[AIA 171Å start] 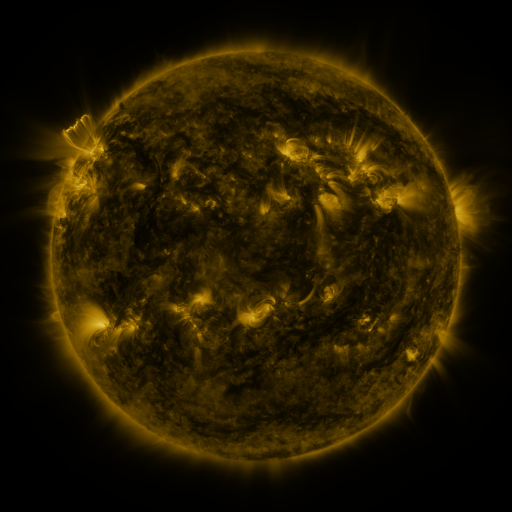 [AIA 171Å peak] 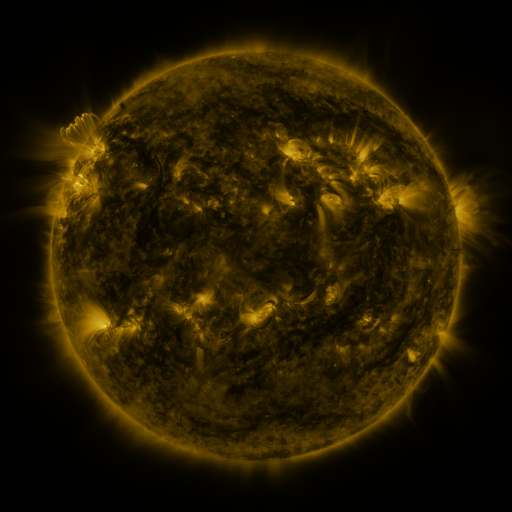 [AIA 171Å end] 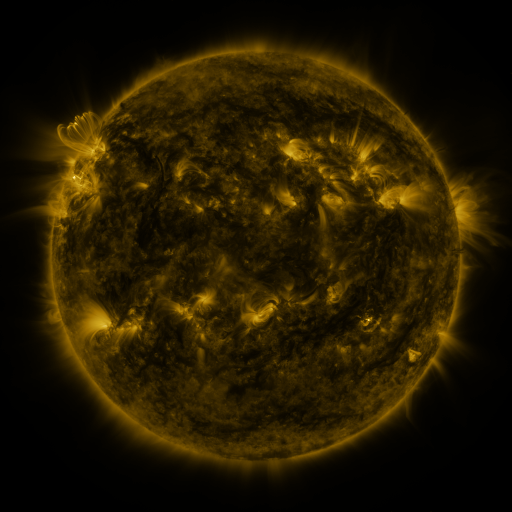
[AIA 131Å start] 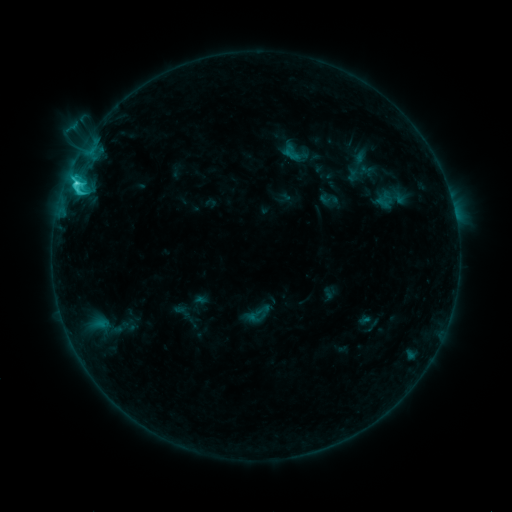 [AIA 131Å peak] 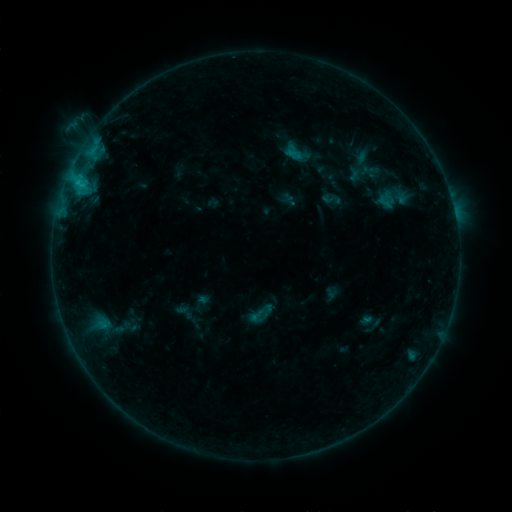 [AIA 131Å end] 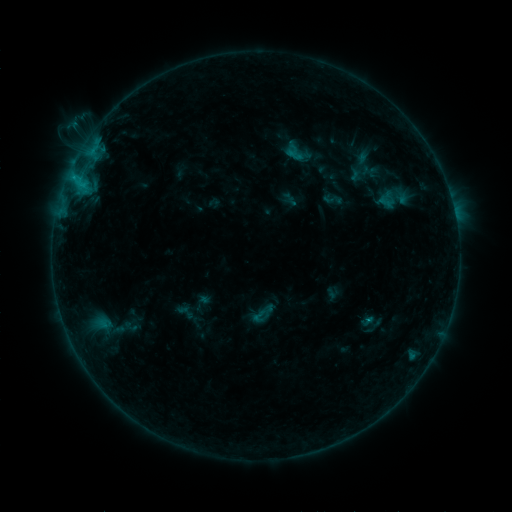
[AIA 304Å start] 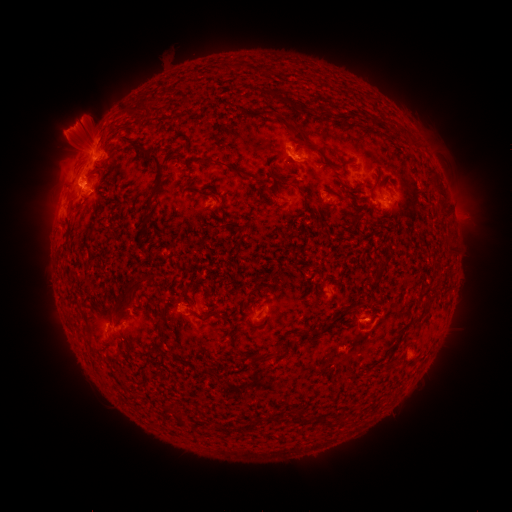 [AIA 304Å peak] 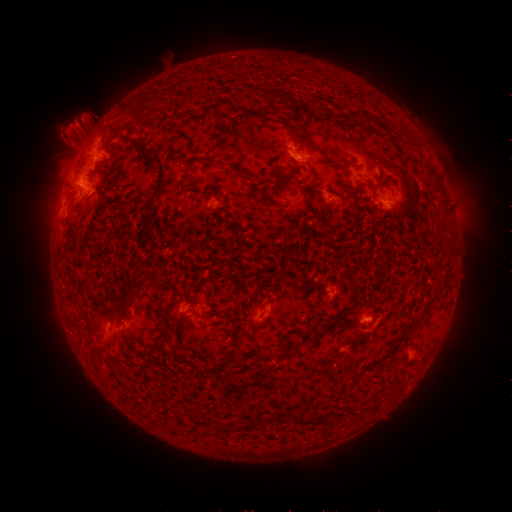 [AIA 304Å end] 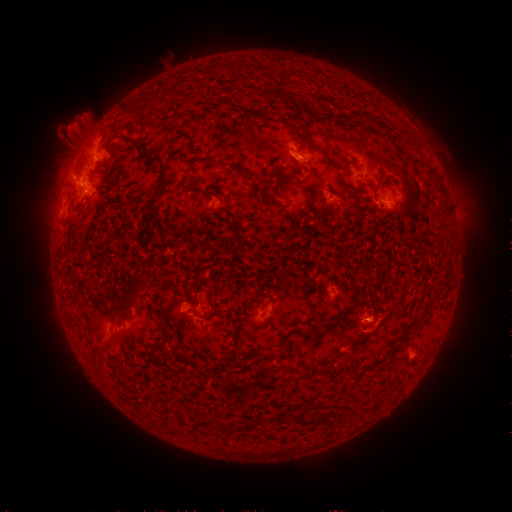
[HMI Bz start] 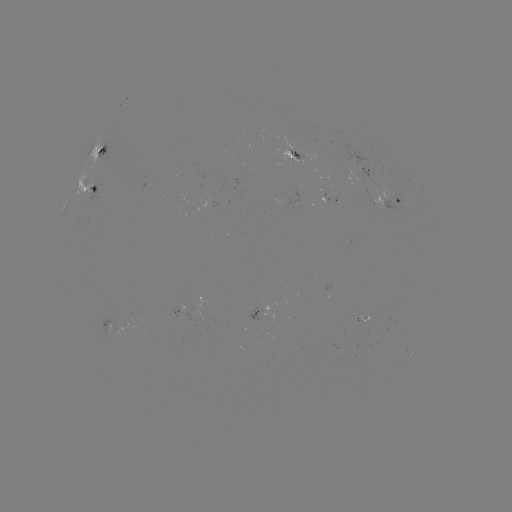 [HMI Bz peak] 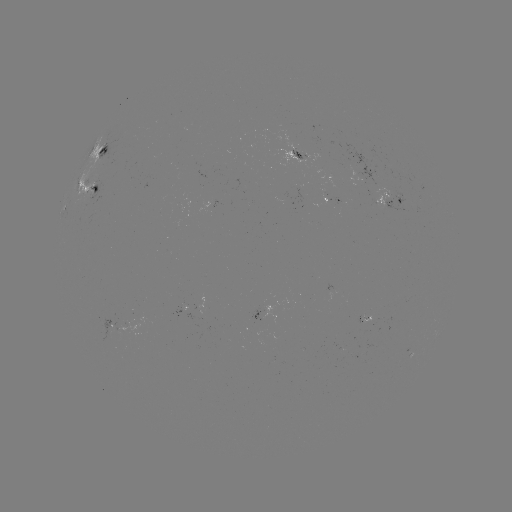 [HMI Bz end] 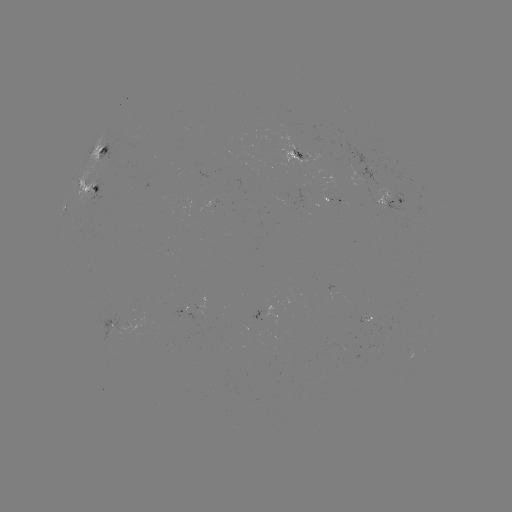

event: emerging-flux region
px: (284, 205)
